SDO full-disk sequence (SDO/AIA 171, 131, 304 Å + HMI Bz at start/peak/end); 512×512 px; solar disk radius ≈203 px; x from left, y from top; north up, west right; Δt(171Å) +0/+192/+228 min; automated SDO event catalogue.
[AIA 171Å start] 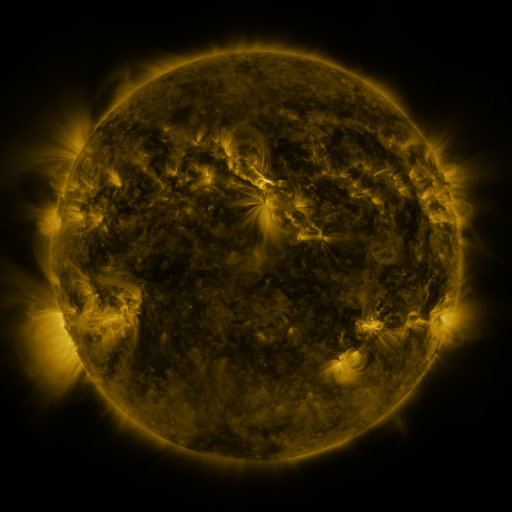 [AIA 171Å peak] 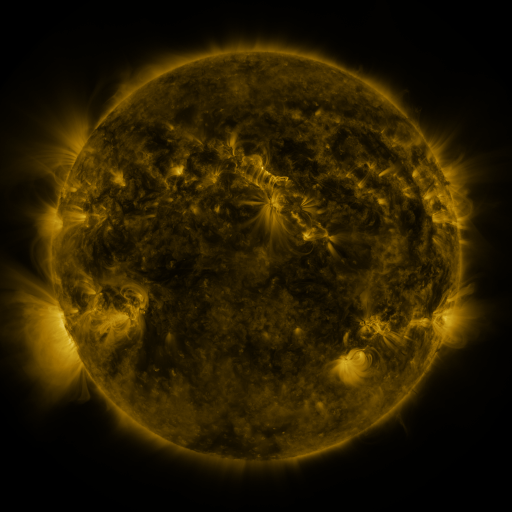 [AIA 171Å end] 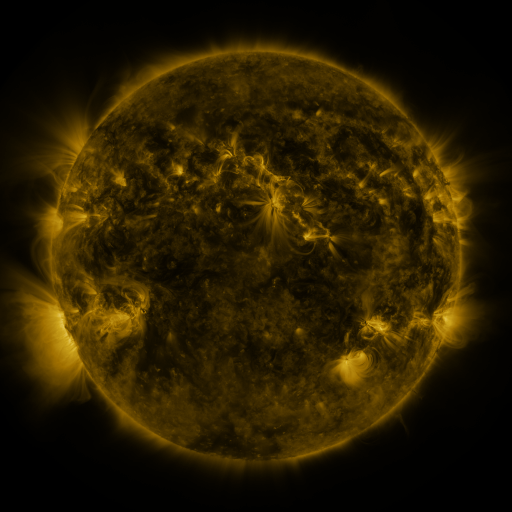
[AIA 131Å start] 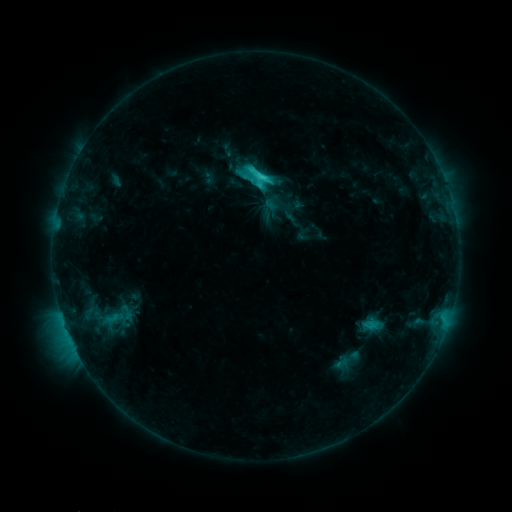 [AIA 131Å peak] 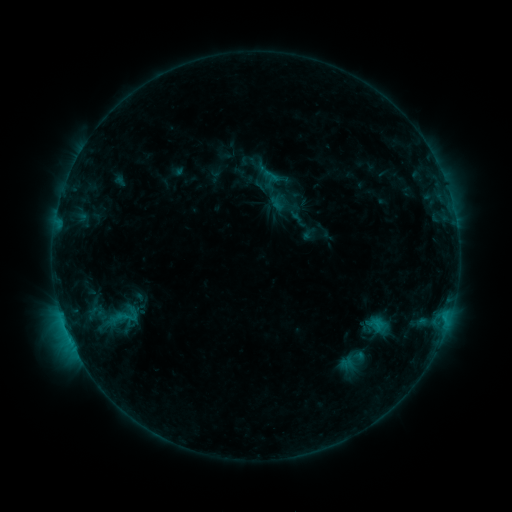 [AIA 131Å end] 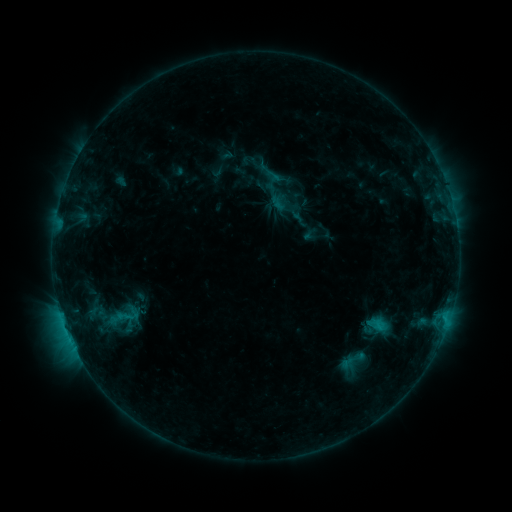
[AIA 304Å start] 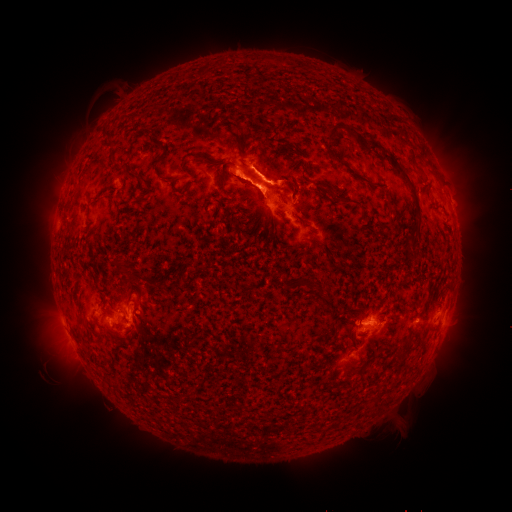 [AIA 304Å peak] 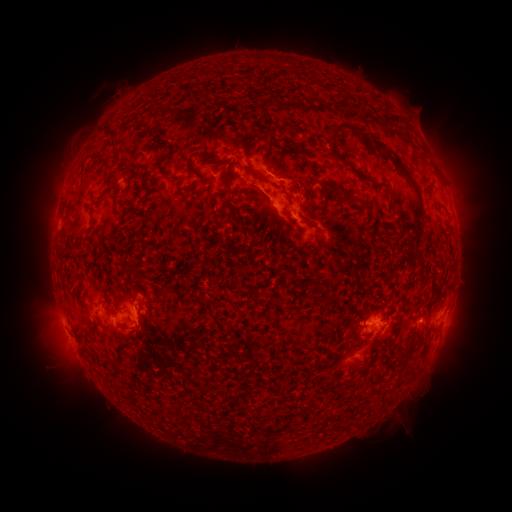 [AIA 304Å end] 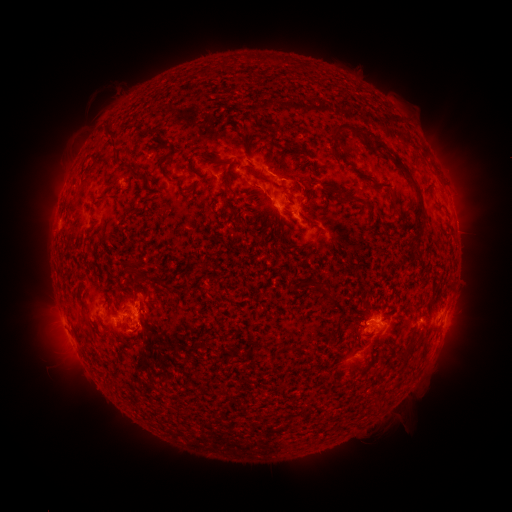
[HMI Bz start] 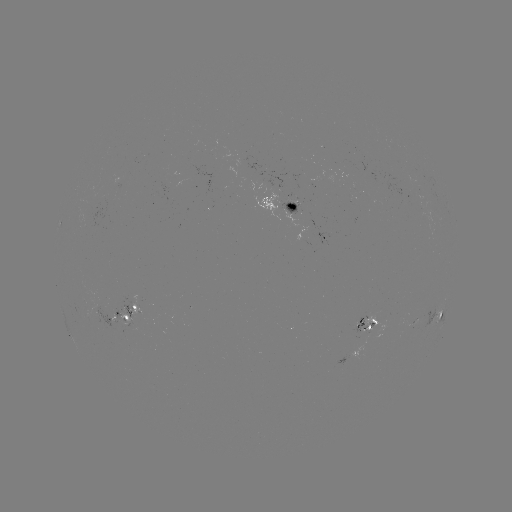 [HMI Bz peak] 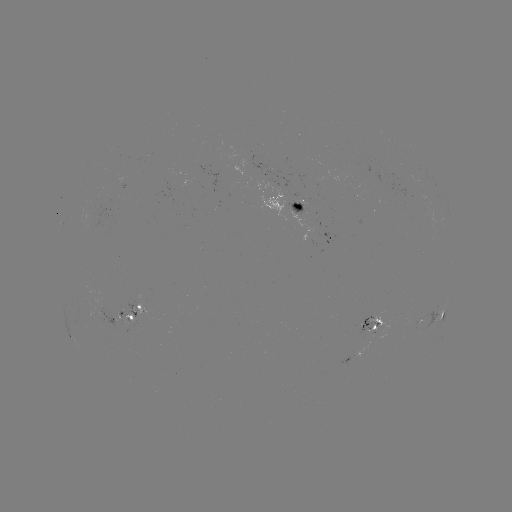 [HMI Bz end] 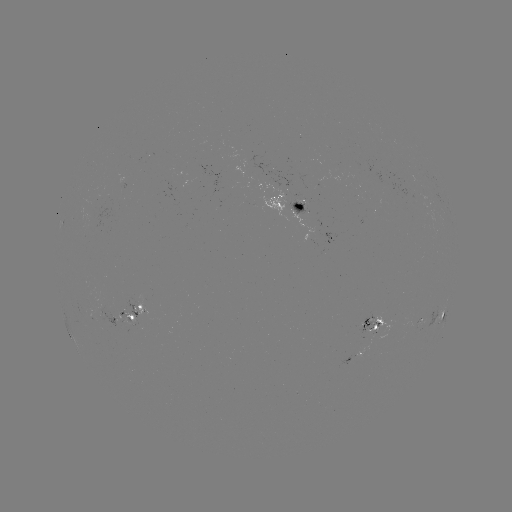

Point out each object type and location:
emerging-flux region: (128, 310)
